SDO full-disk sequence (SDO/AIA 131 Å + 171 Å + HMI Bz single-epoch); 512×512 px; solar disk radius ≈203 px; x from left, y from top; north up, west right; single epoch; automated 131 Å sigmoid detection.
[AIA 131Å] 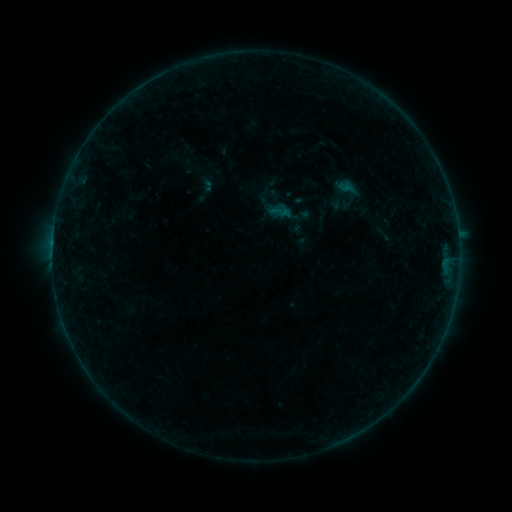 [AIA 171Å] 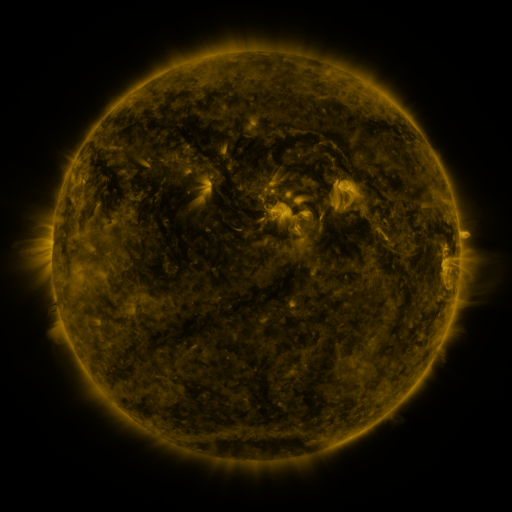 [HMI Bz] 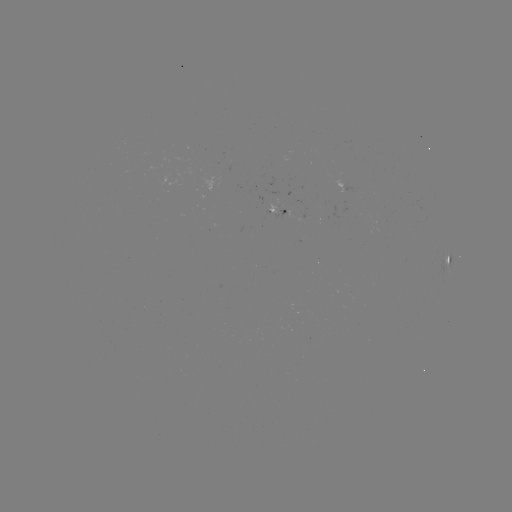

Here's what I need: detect sigmoid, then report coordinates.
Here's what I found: sigmoid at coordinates [271, 209].